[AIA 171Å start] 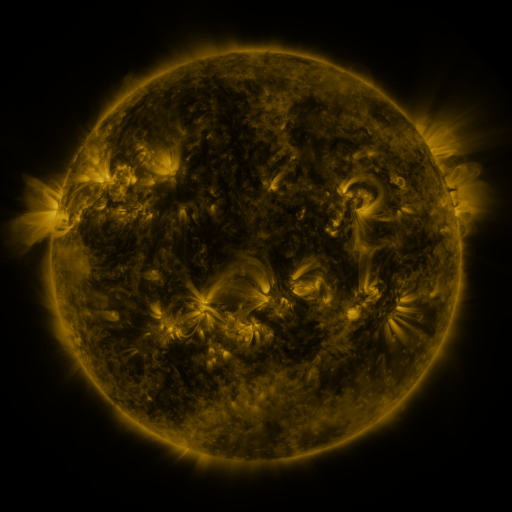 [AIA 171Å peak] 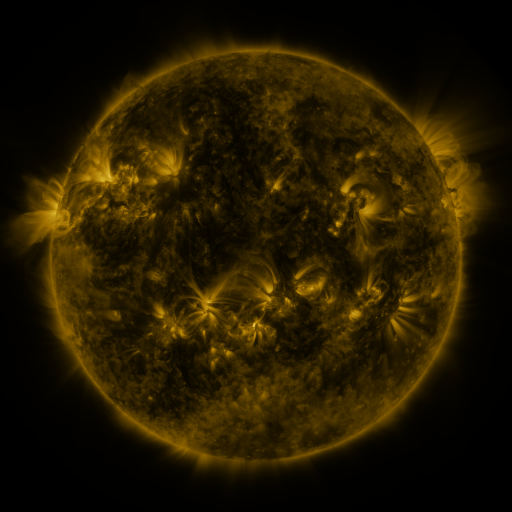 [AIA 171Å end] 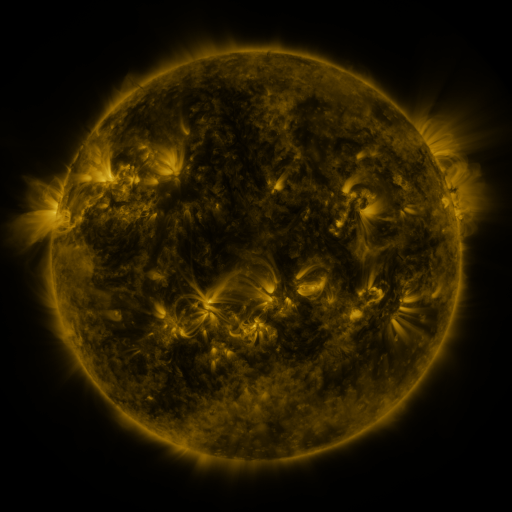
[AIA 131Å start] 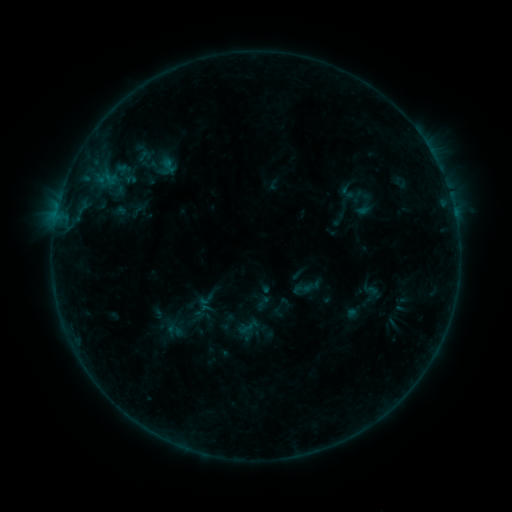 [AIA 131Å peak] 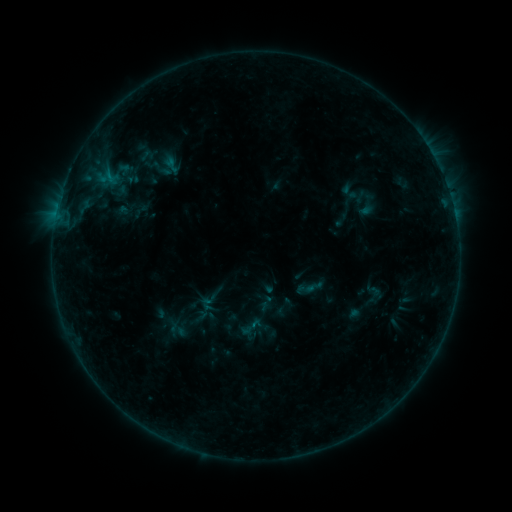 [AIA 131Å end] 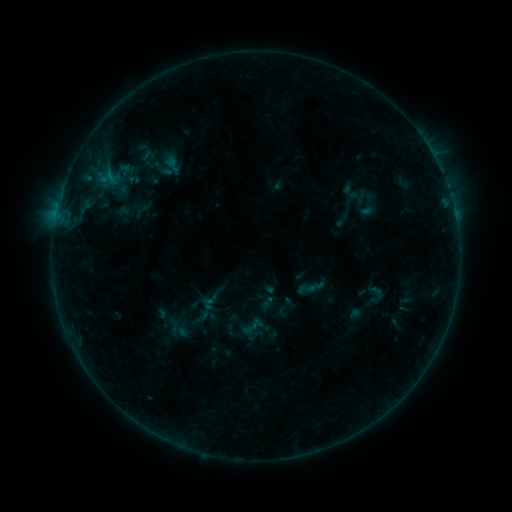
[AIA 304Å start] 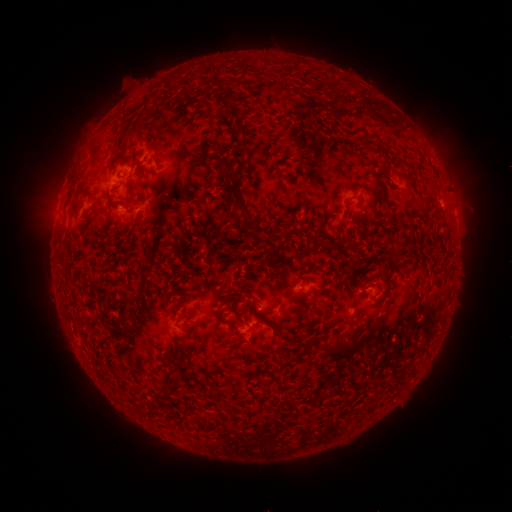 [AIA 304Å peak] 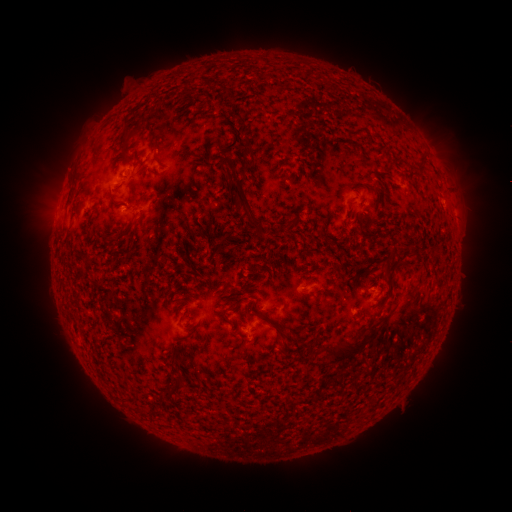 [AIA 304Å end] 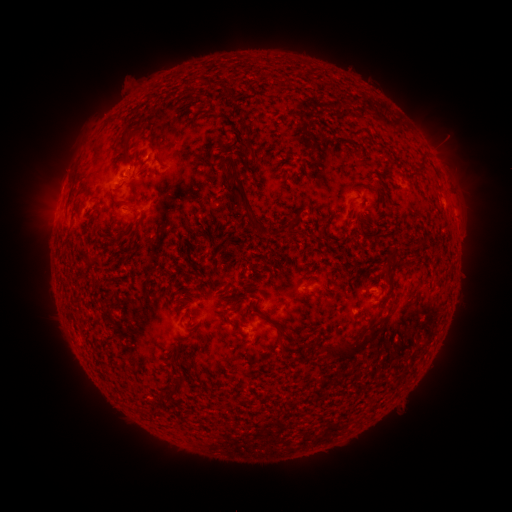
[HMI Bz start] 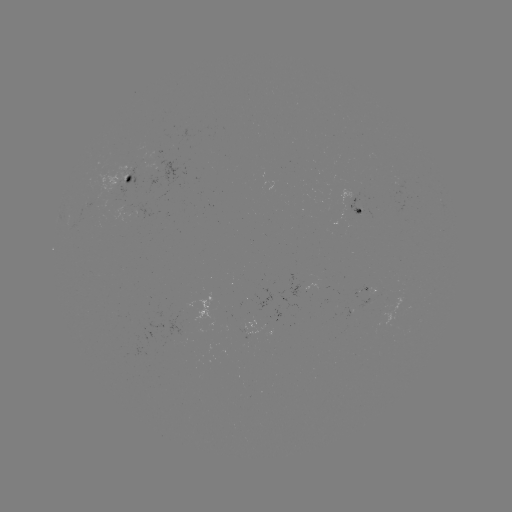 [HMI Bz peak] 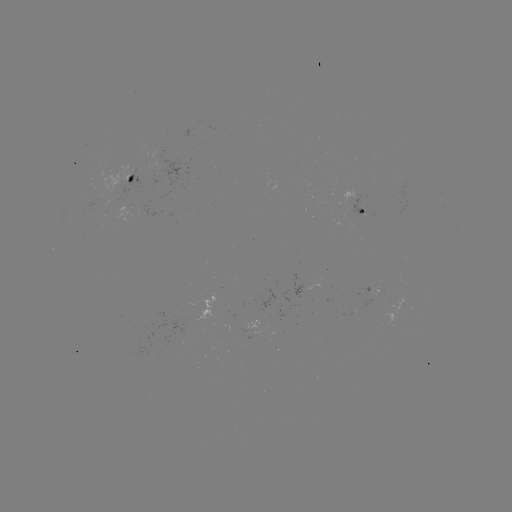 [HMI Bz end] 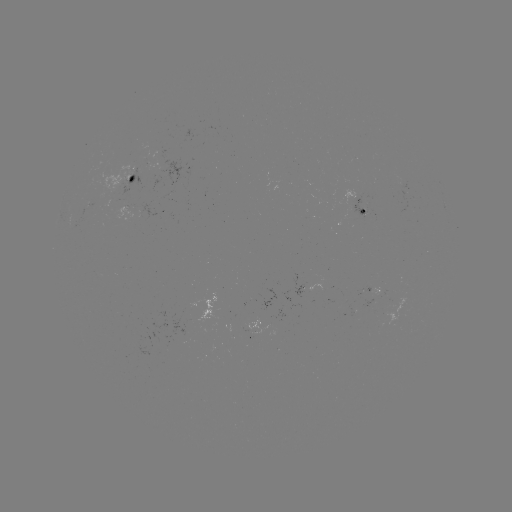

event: emerging-flux region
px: (255, 333)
